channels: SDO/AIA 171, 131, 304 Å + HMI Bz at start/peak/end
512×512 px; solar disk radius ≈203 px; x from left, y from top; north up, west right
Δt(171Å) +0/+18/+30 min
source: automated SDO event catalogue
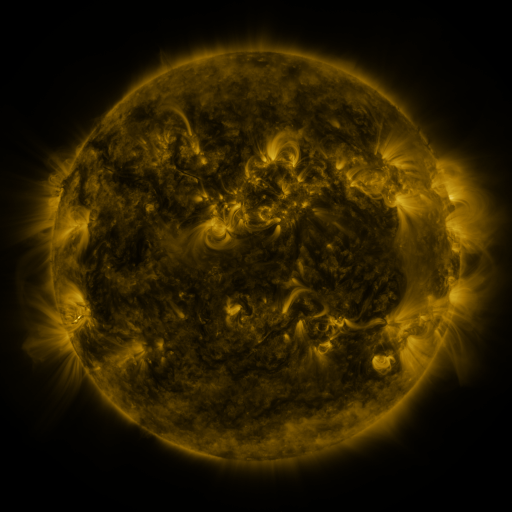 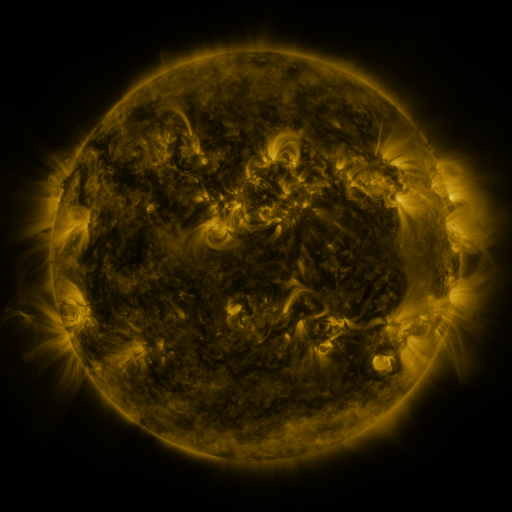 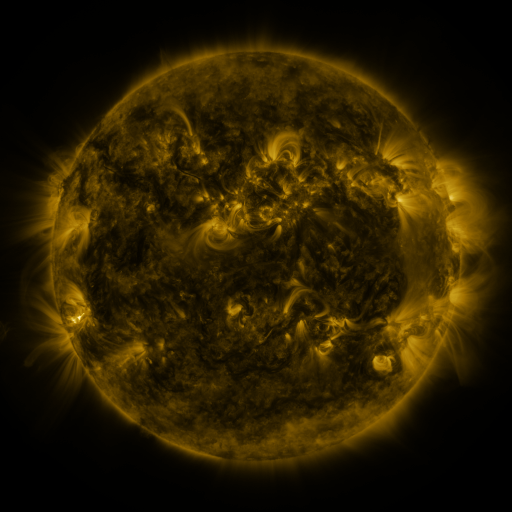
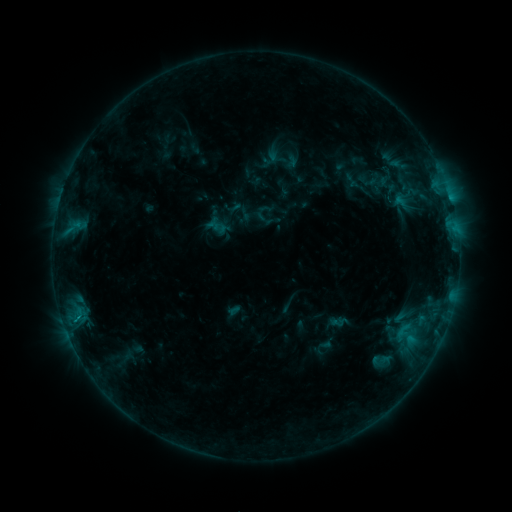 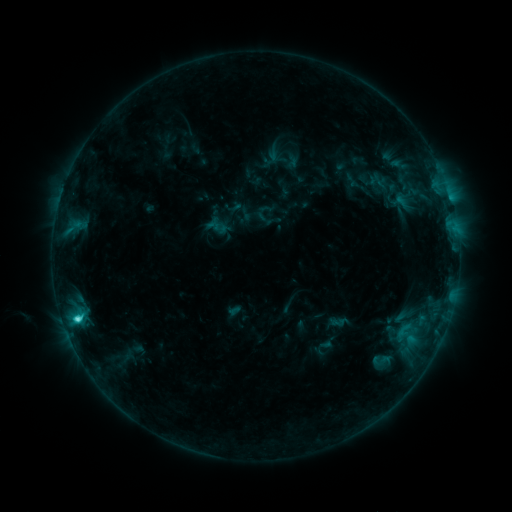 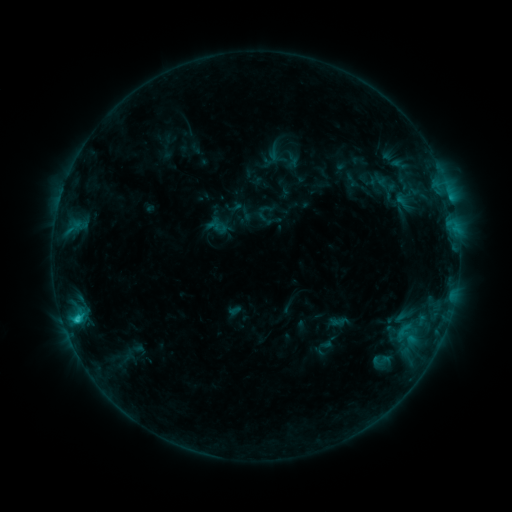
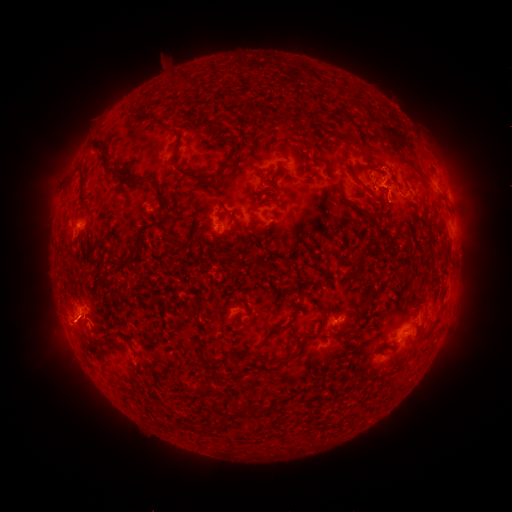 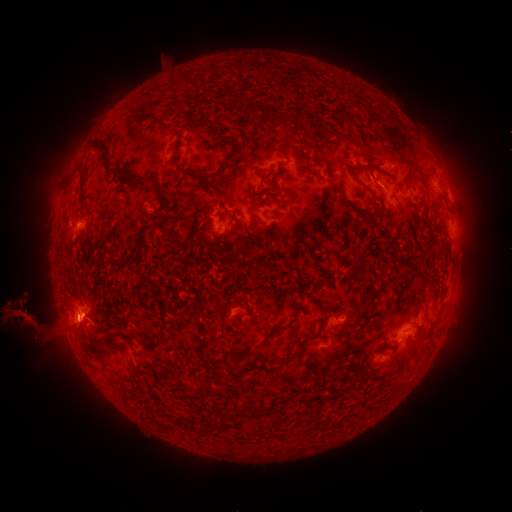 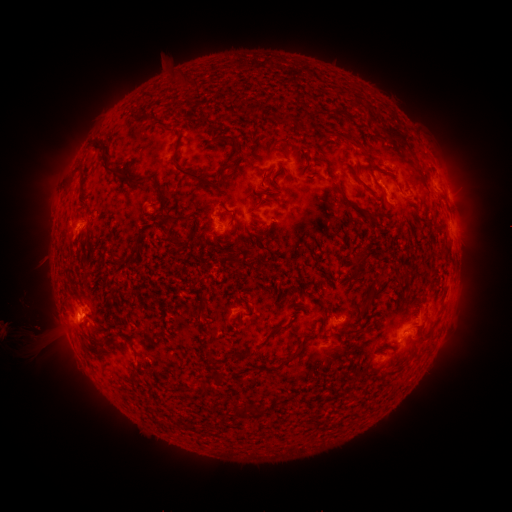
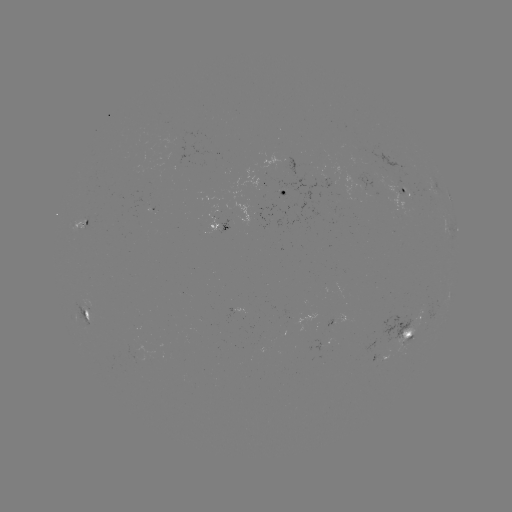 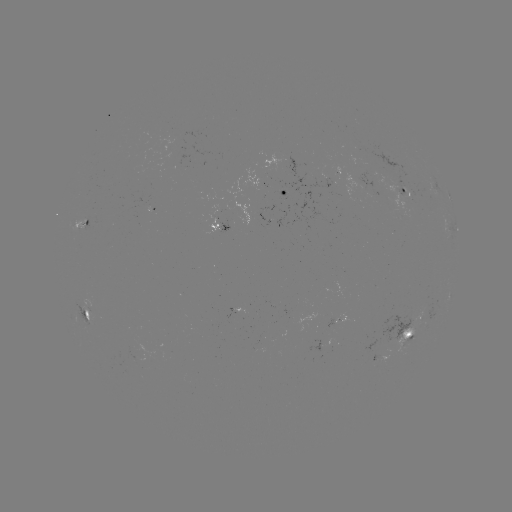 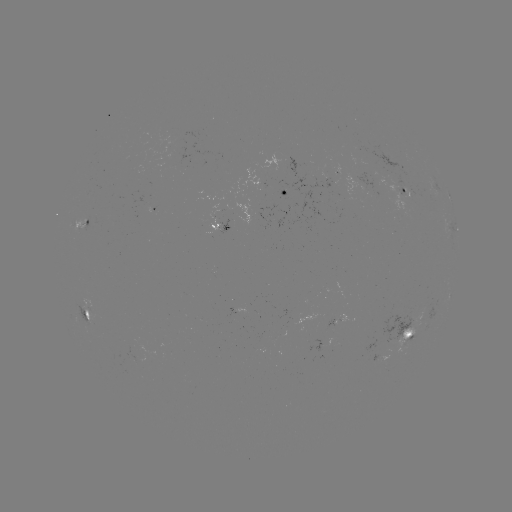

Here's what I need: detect eruption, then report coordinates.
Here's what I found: eruption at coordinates (490, 317).